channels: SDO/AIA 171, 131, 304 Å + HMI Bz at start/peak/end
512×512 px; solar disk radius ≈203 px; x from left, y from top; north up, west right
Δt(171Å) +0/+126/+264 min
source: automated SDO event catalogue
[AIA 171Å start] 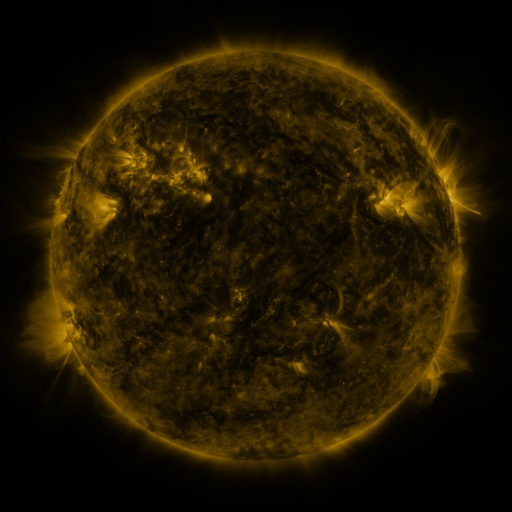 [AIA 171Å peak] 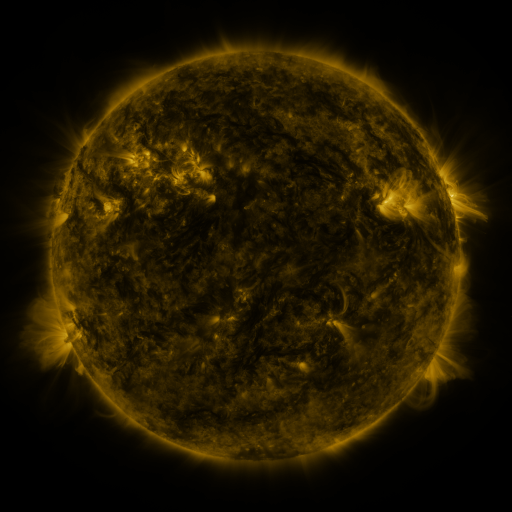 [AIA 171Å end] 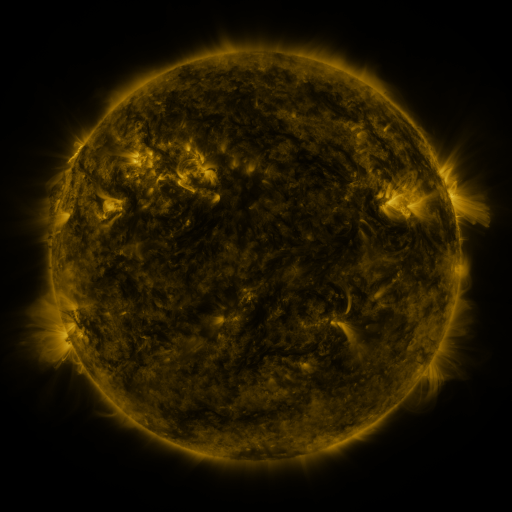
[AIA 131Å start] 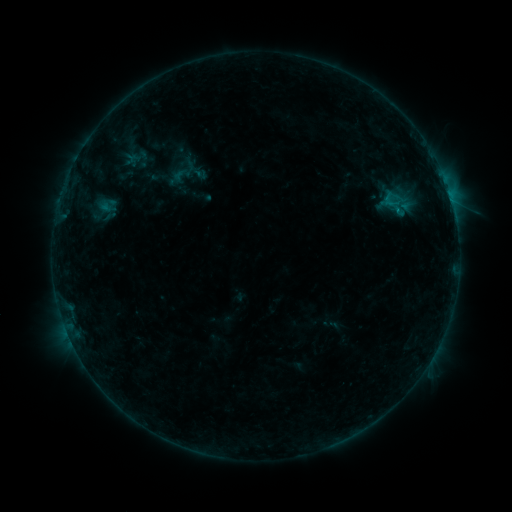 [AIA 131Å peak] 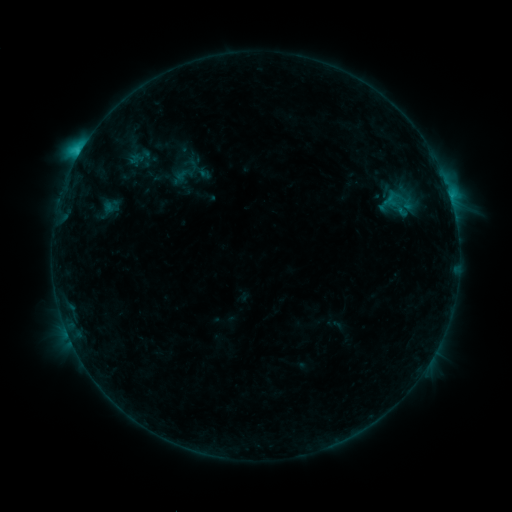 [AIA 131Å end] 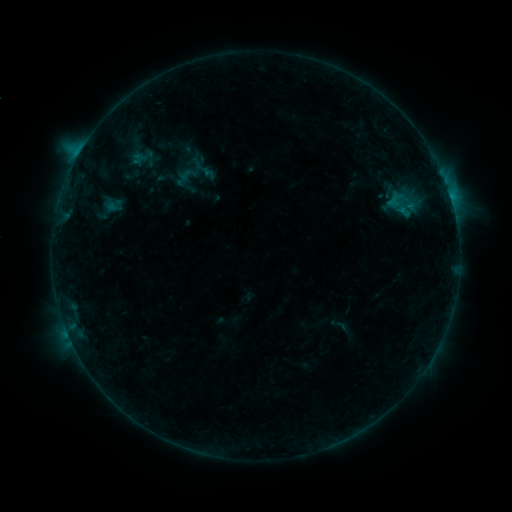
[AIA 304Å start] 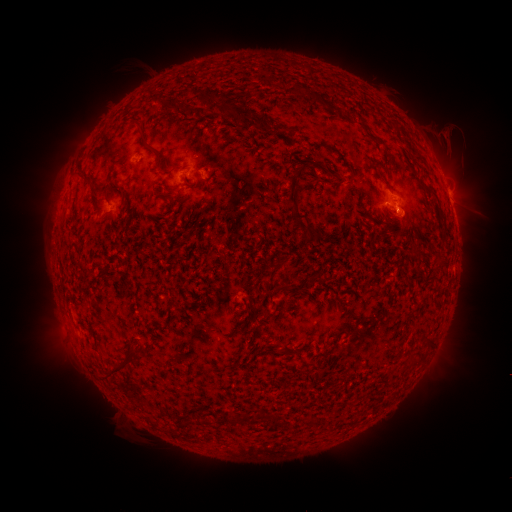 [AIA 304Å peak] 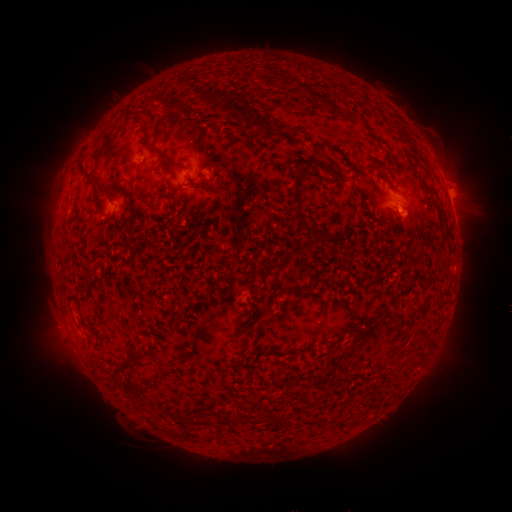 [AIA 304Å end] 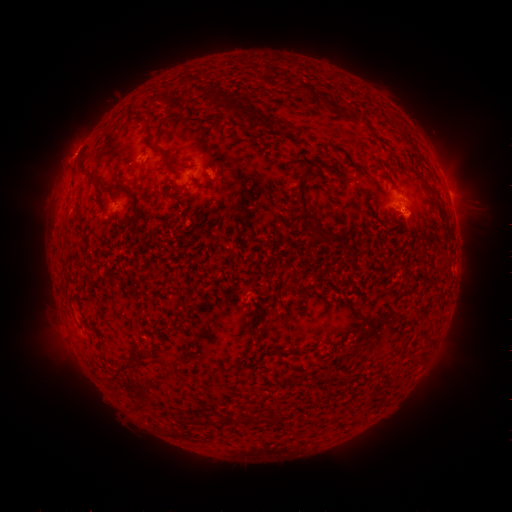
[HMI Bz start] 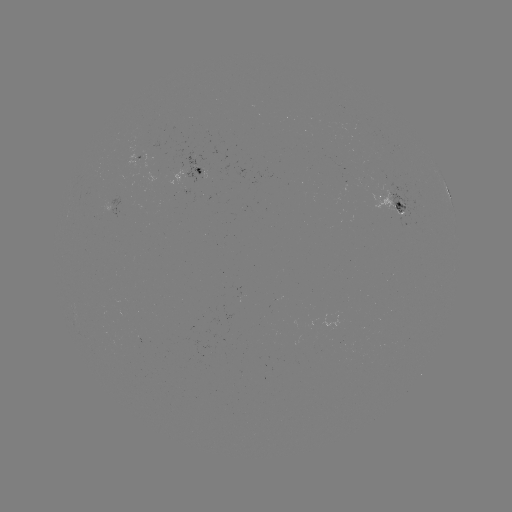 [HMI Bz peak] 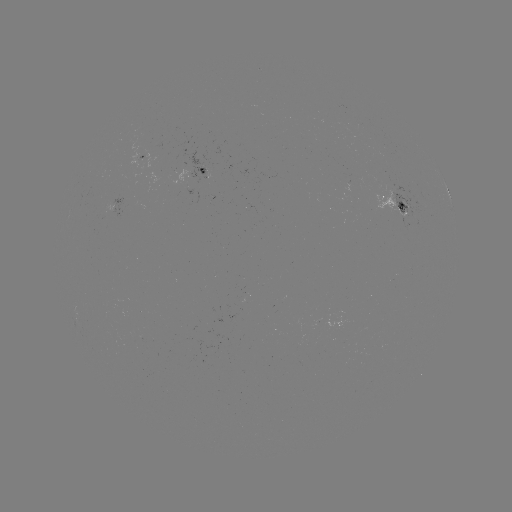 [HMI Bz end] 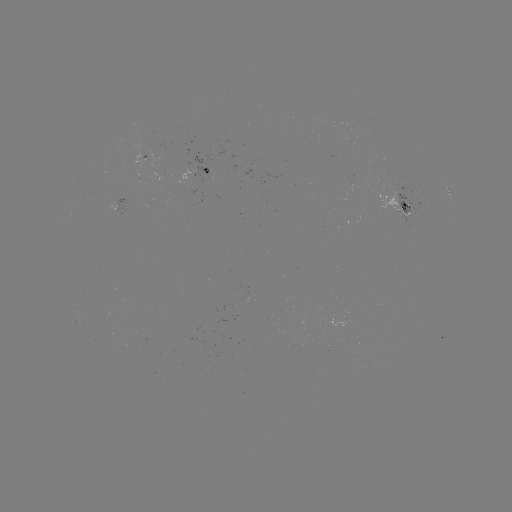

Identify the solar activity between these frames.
C2.5 flare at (80, 153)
